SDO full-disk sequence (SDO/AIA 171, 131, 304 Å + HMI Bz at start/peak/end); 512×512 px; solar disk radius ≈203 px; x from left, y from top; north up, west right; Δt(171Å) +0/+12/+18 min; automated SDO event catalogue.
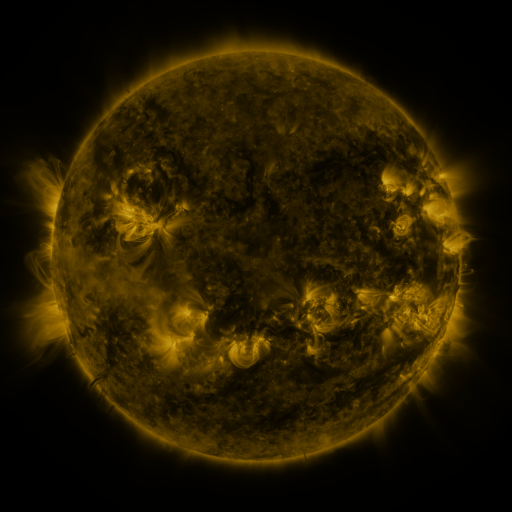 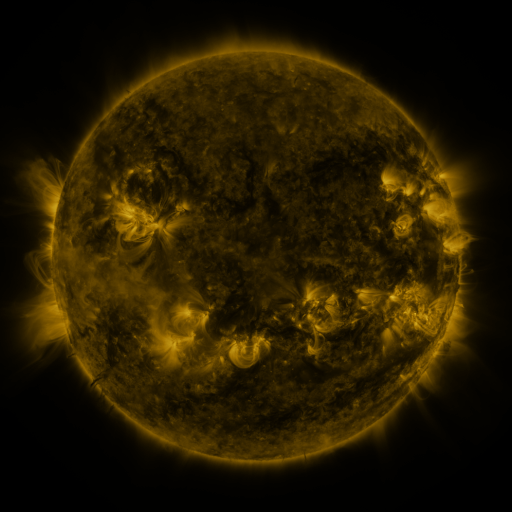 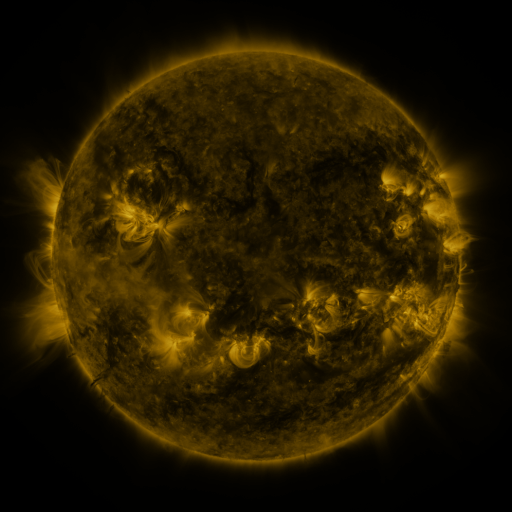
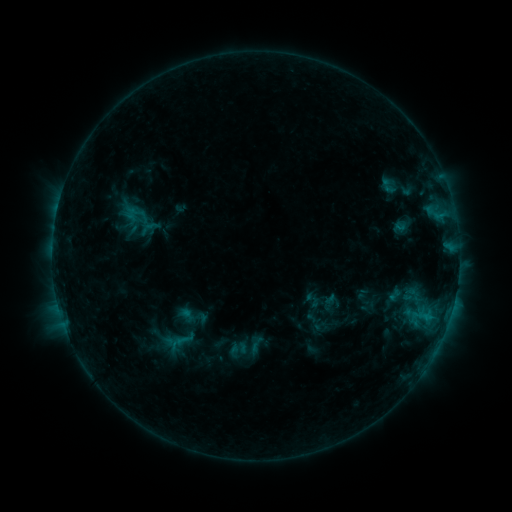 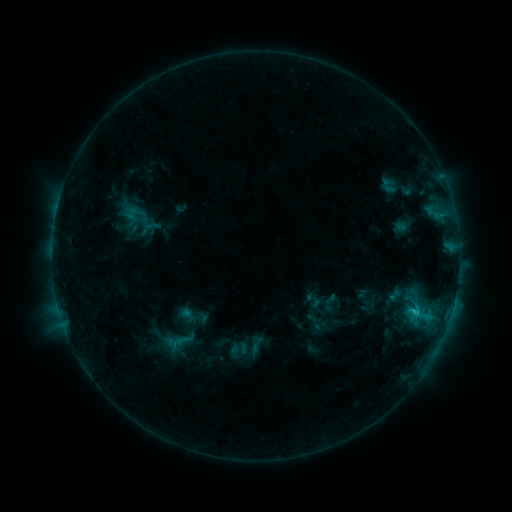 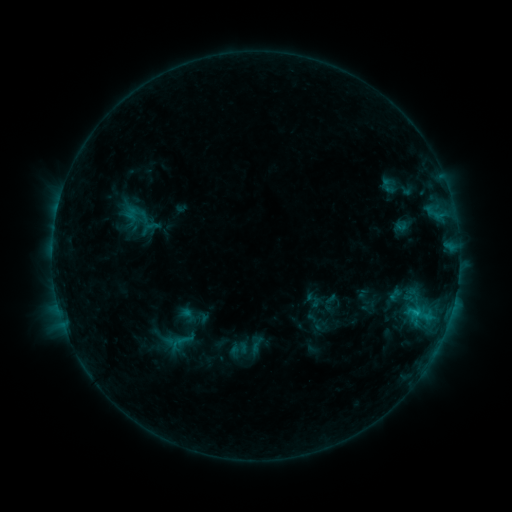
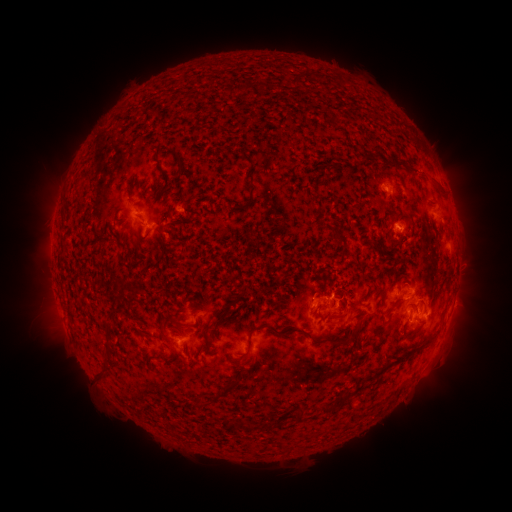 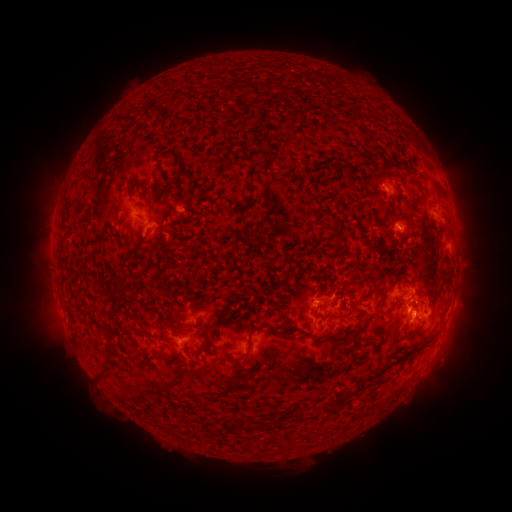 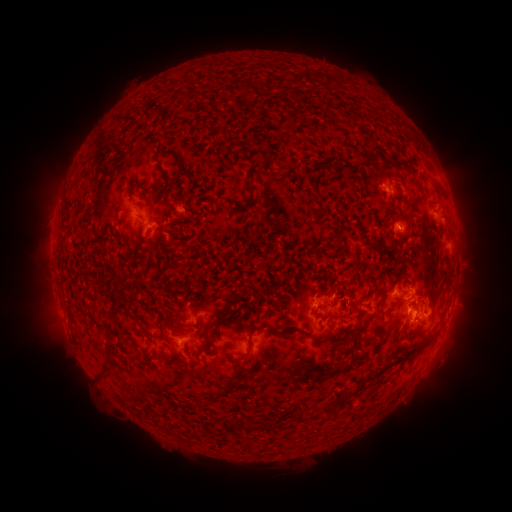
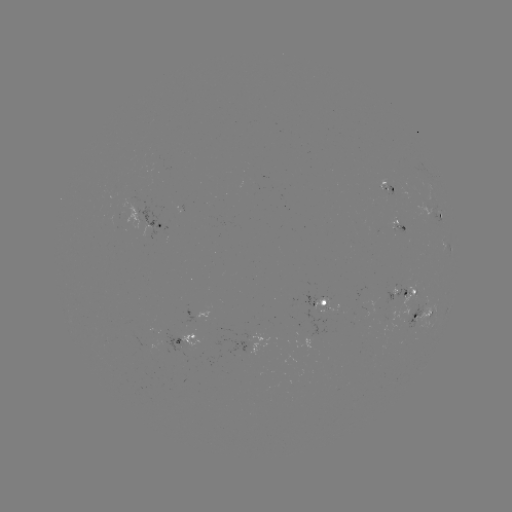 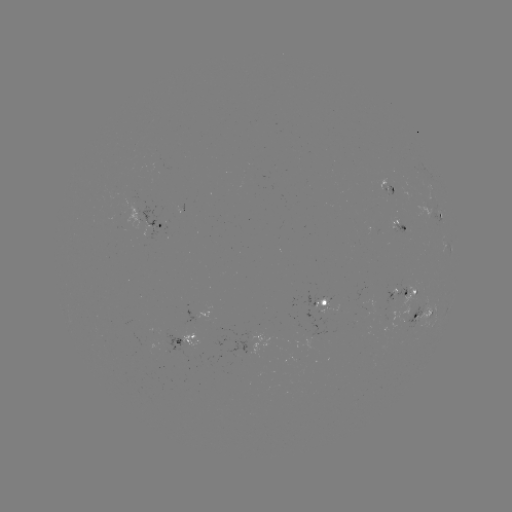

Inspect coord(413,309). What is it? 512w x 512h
C1.5 flare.